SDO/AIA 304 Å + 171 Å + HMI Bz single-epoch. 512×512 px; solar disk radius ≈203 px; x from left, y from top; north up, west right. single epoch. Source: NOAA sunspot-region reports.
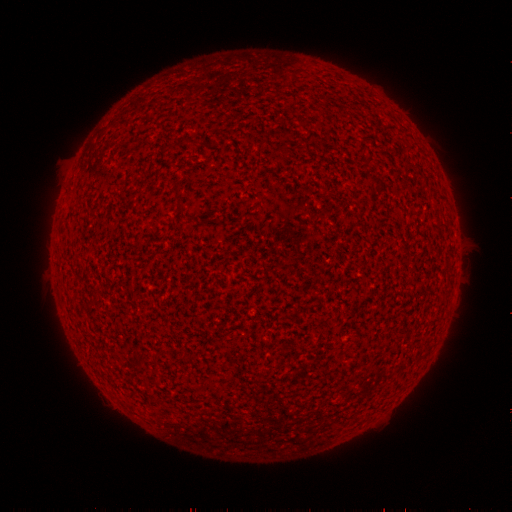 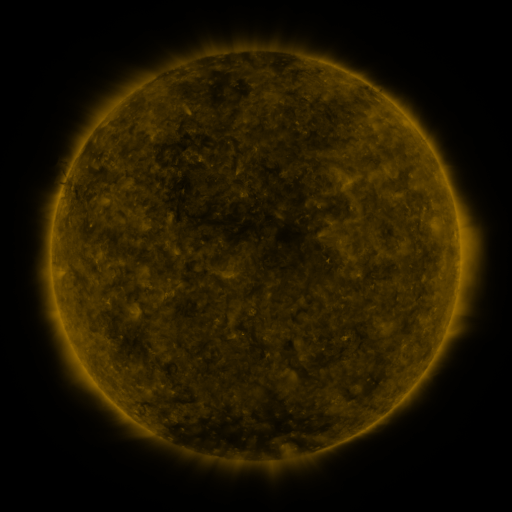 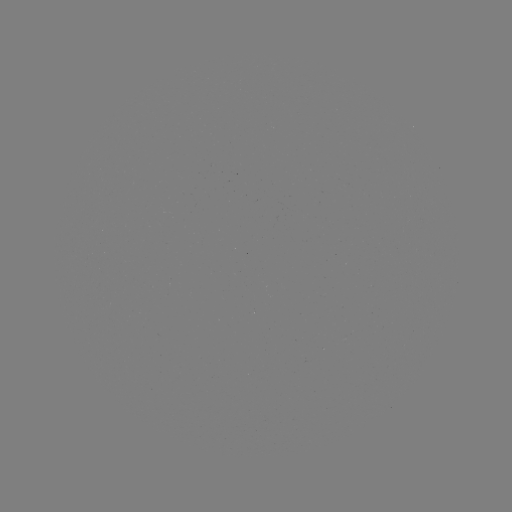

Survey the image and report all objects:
(none)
